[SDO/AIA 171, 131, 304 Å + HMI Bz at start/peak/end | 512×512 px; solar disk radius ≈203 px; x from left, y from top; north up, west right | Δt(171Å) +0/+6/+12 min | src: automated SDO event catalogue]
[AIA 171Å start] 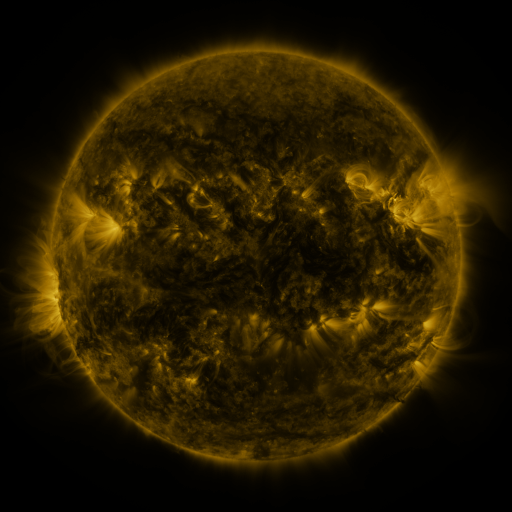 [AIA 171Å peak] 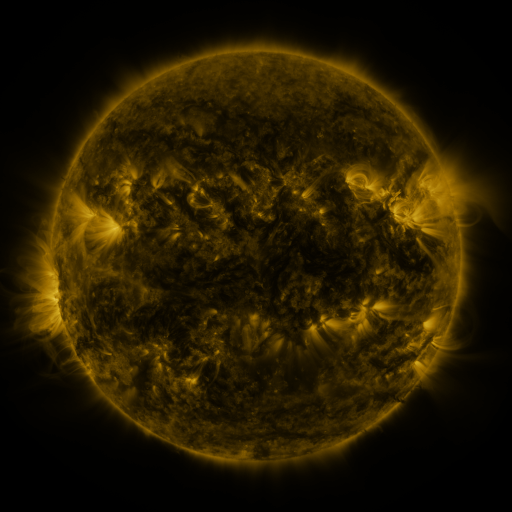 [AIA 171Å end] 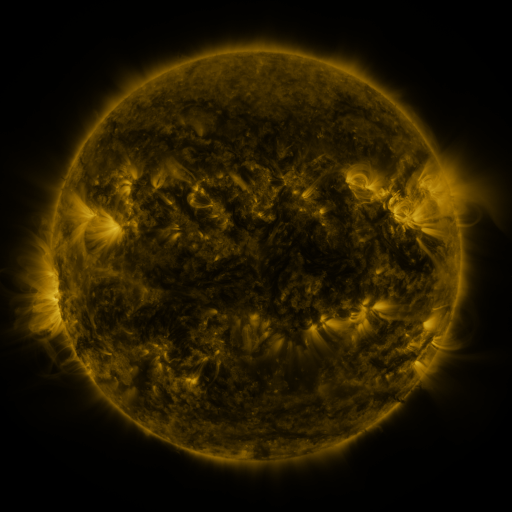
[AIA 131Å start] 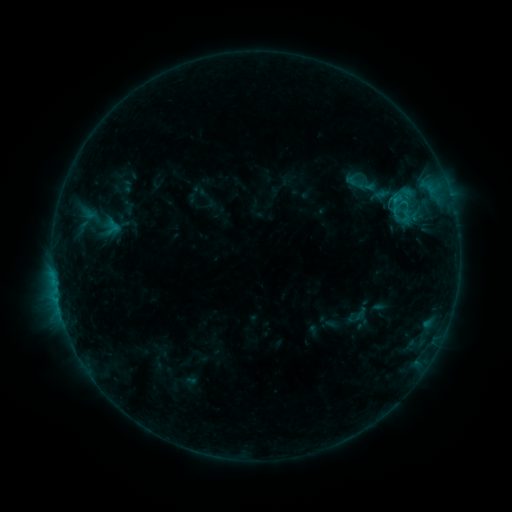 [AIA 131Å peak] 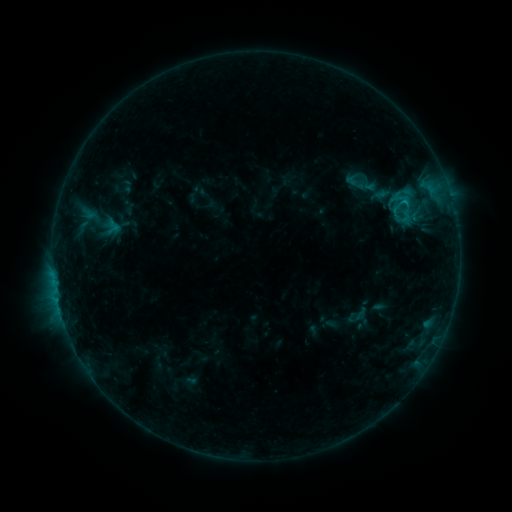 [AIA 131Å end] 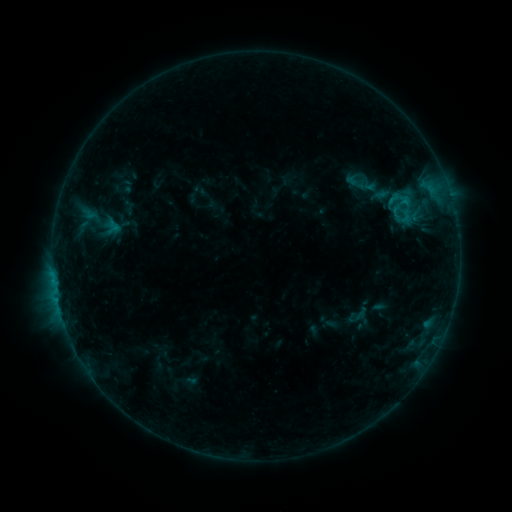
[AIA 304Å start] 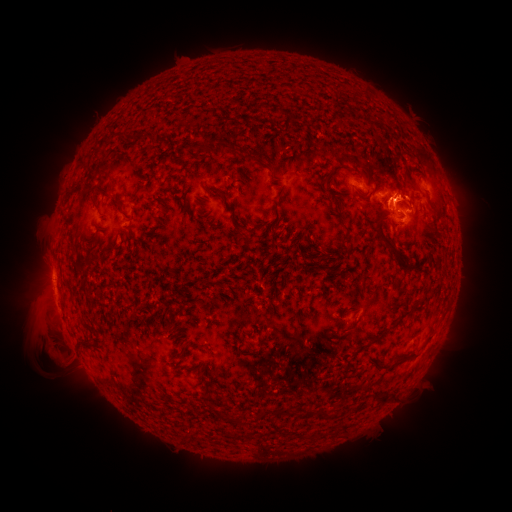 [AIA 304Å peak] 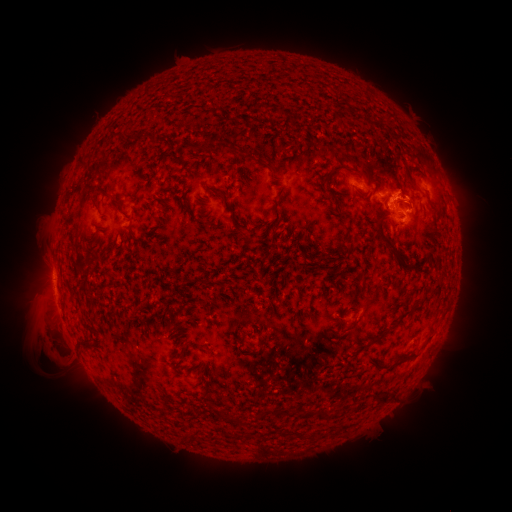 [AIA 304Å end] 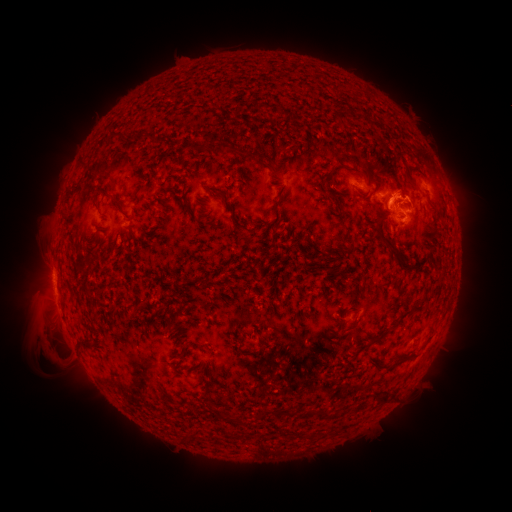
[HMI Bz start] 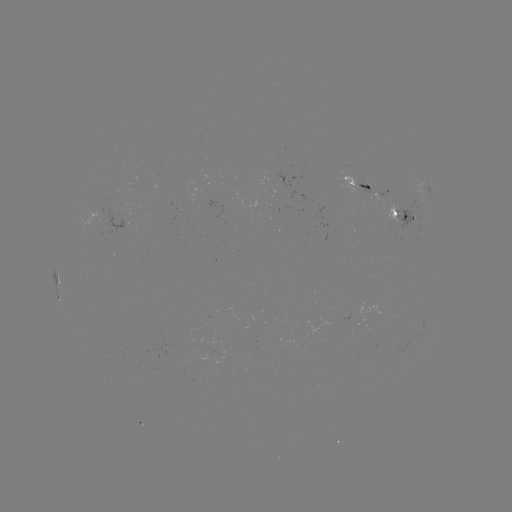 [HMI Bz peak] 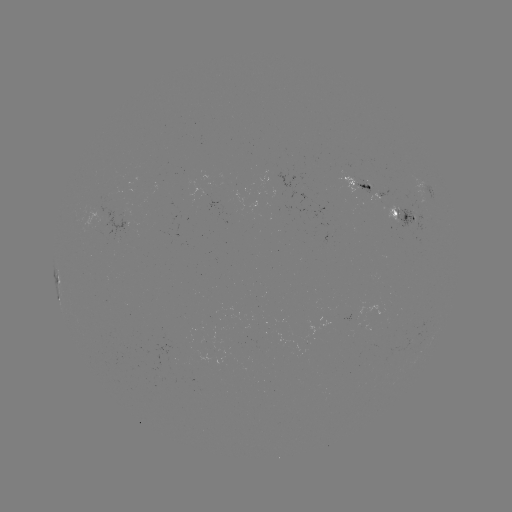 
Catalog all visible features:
eruption: (388, 201)
